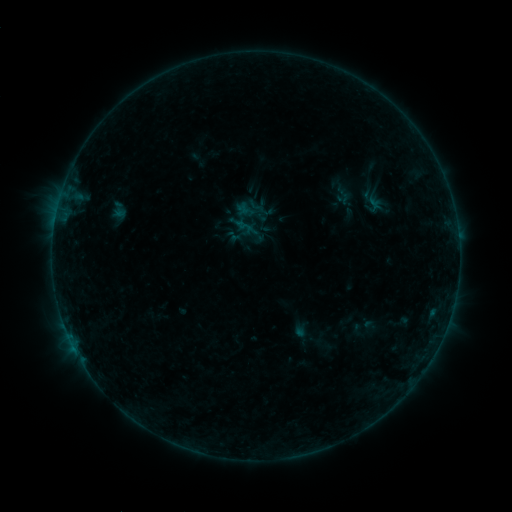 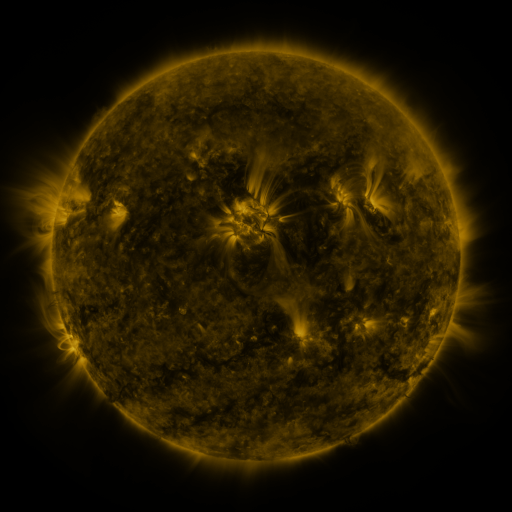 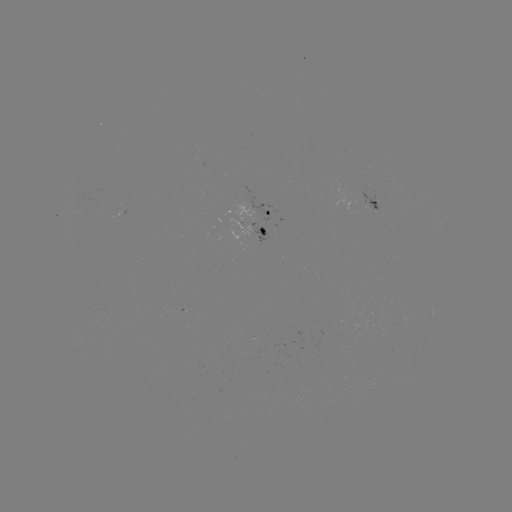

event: sigmoid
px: (373, 204)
